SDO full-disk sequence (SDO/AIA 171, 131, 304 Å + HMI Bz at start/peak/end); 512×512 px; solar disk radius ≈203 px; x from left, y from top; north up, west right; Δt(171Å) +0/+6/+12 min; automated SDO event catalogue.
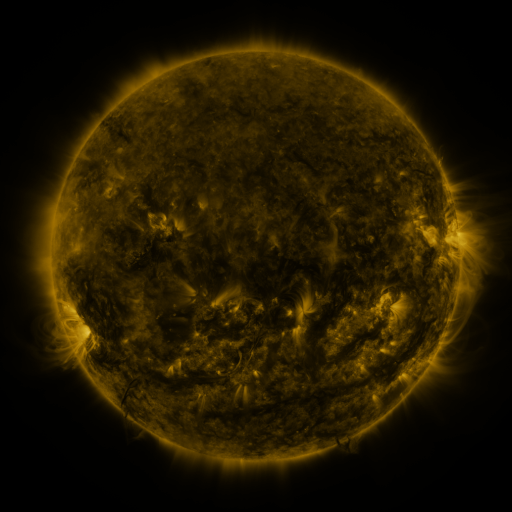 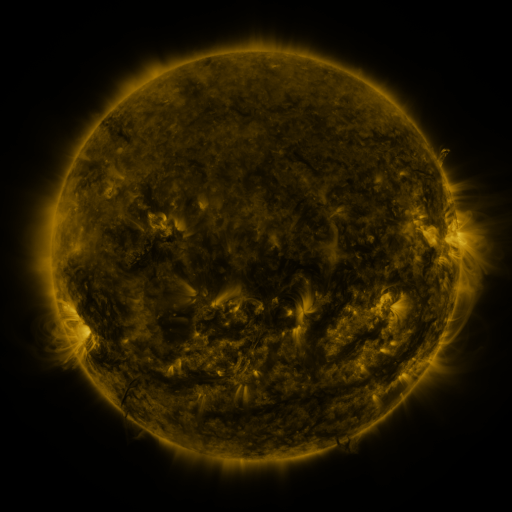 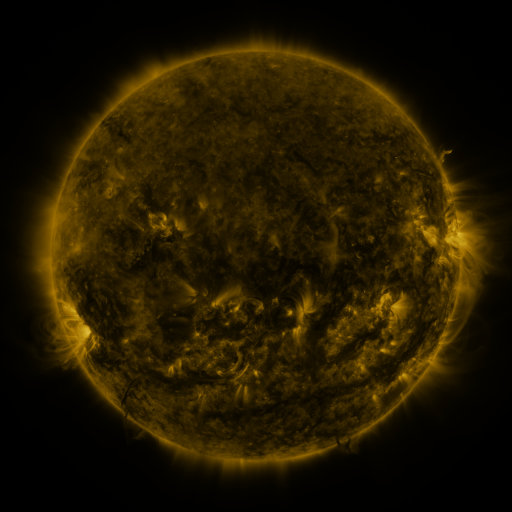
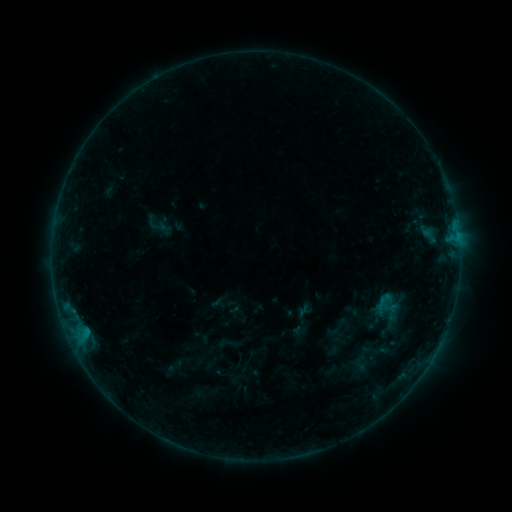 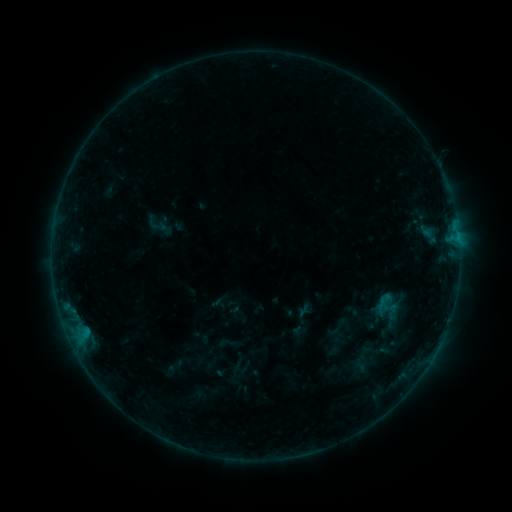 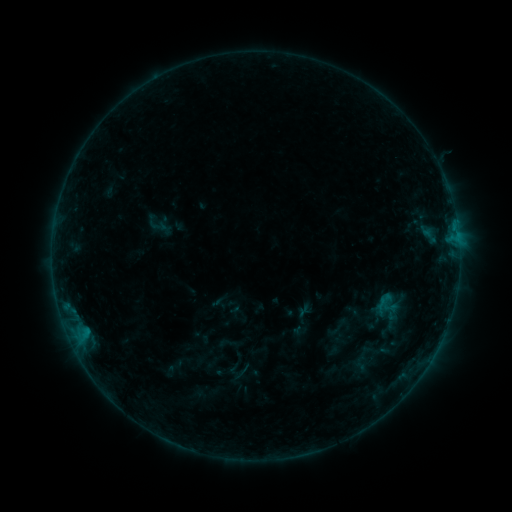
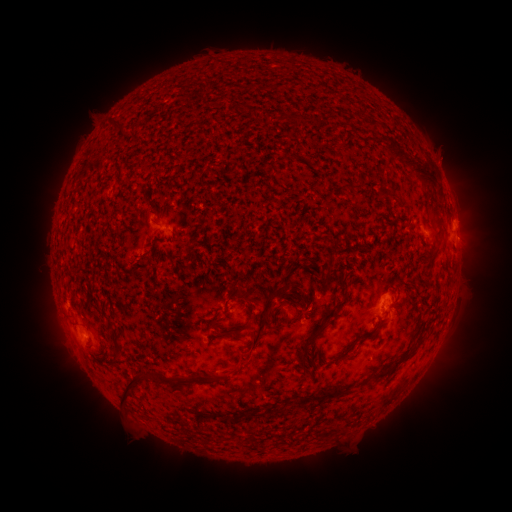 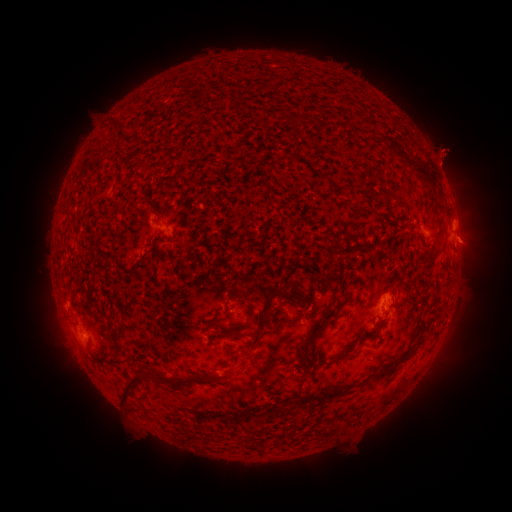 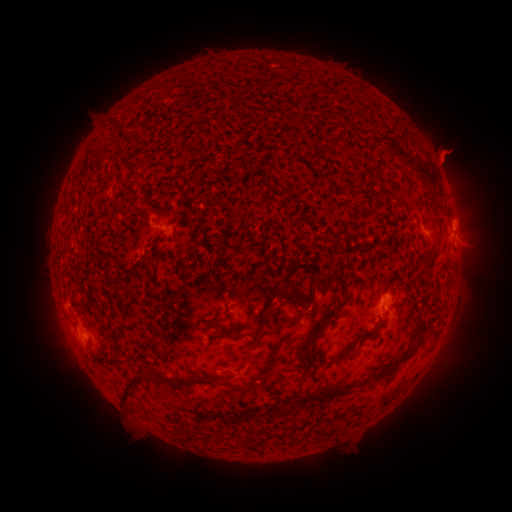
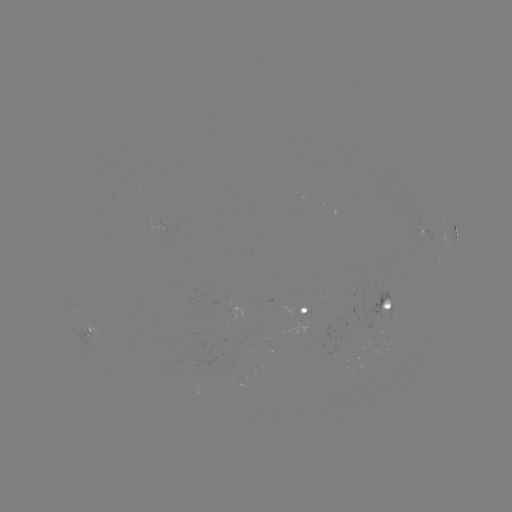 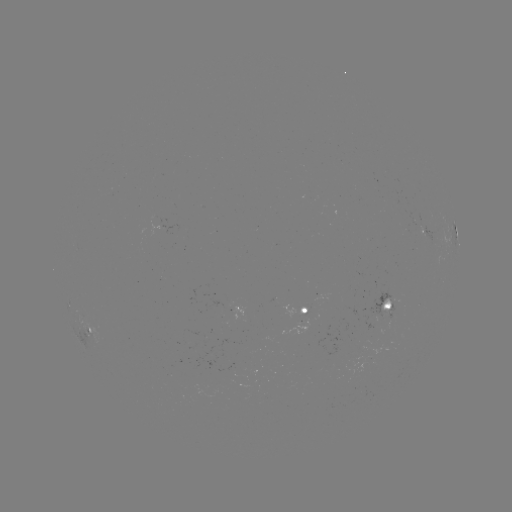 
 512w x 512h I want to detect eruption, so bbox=[416, 123, 479, 188].